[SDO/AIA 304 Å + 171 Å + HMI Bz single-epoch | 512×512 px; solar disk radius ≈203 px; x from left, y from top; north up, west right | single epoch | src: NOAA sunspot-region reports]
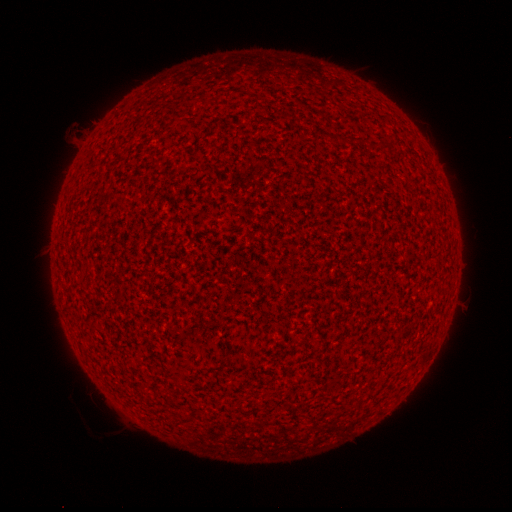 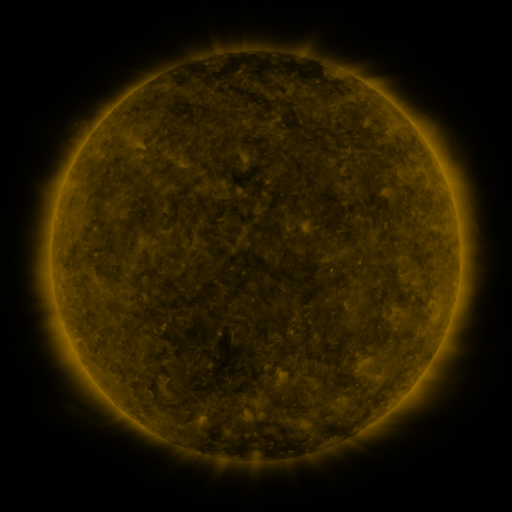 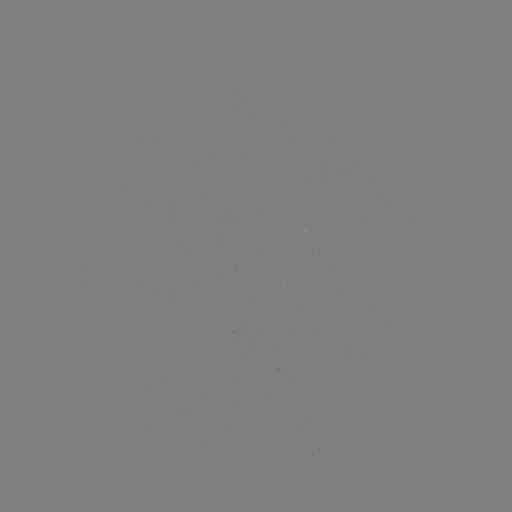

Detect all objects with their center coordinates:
(none)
